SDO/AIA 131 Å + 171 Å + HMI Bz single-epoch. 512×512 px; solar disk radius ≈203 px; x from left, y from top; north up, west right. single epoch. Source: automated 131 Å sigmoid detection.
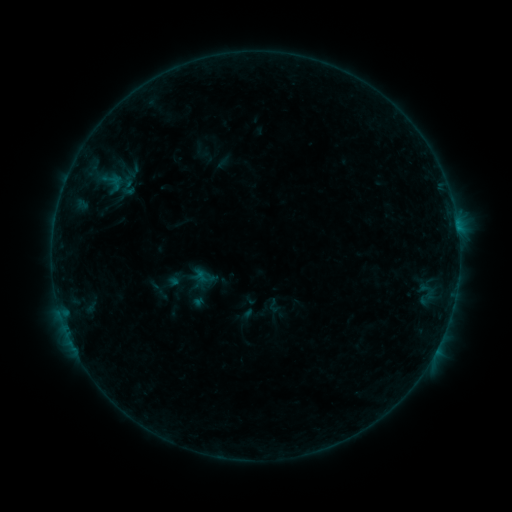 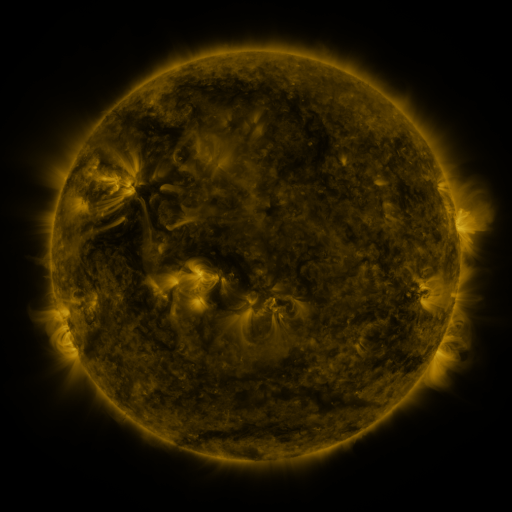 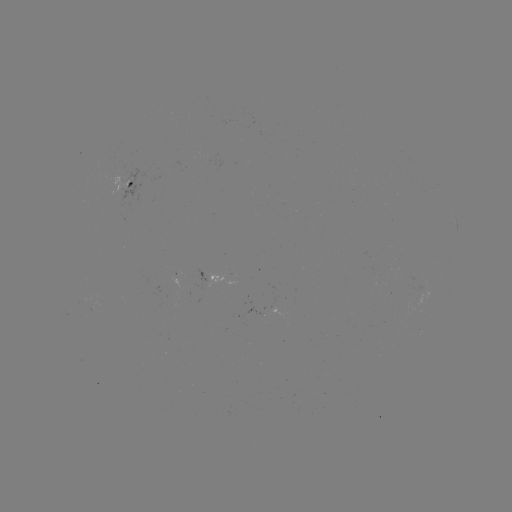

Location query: sigmoid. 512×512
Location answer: (273, 305).